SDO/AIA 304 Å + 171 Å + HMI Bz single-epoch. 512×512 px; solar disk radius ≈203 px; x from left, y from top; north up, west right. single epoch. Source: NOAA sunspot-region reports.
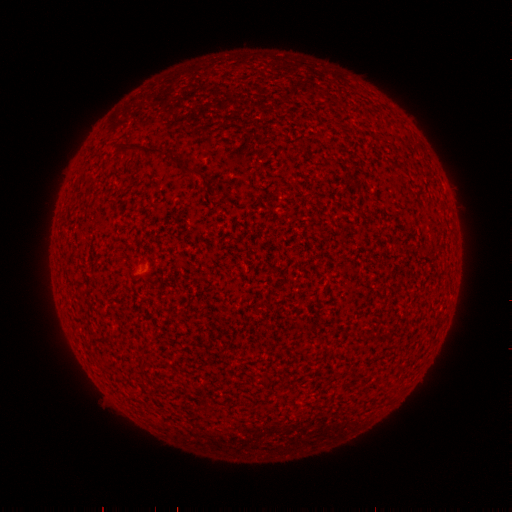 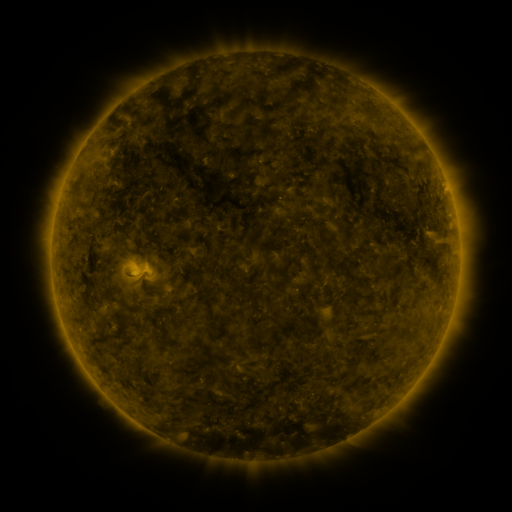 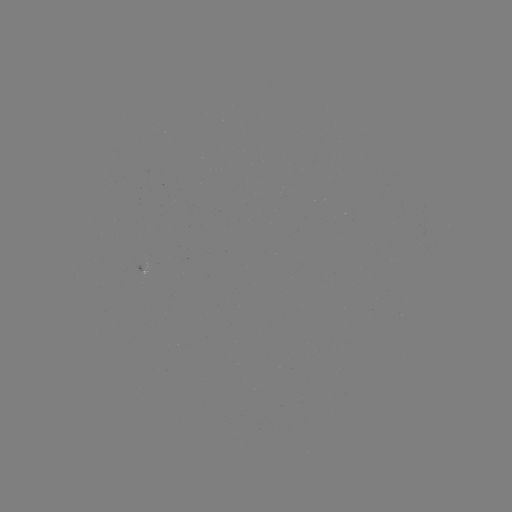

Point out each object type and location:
spotted active region: (146, 270)
